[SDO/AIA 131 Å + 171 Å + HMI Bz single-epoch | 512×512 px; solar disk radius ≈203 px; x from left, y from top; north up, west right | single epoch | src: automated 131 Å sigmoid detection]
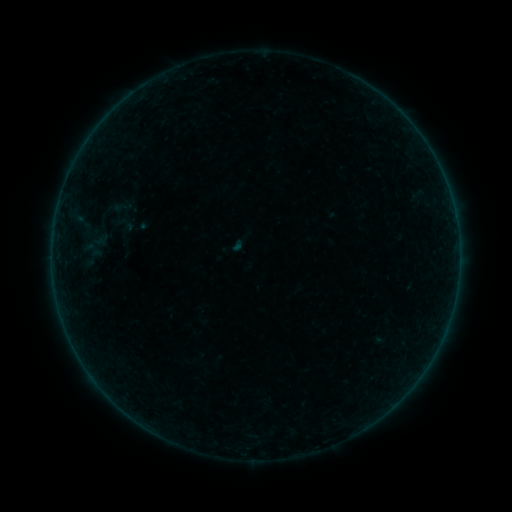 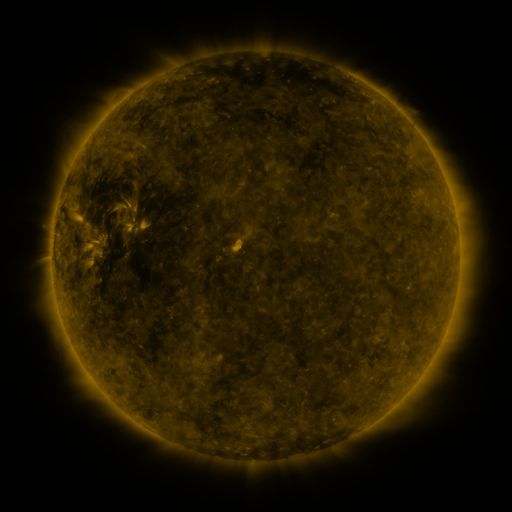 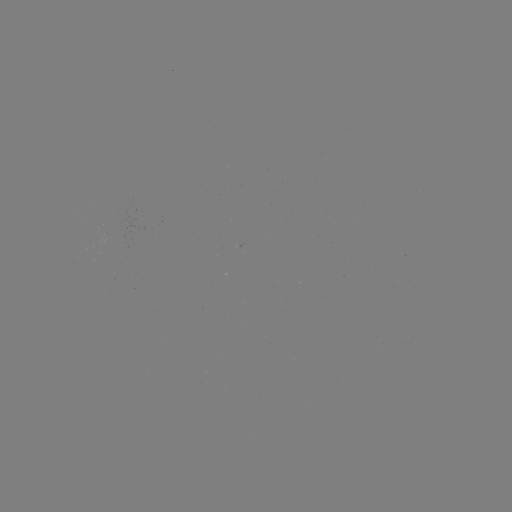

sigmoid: [112, 195, 134, 218]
